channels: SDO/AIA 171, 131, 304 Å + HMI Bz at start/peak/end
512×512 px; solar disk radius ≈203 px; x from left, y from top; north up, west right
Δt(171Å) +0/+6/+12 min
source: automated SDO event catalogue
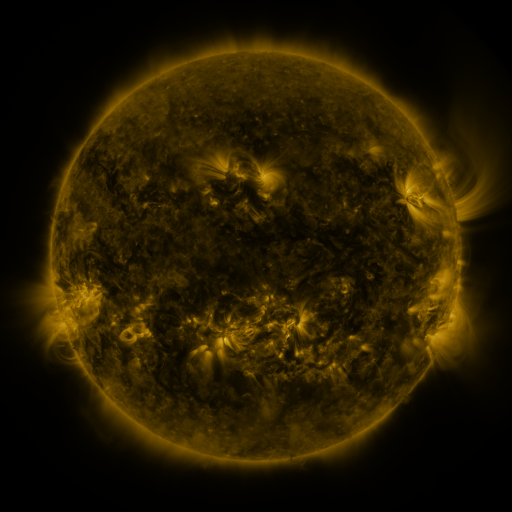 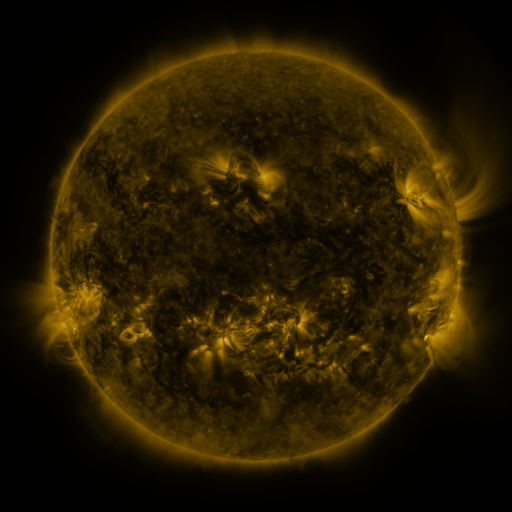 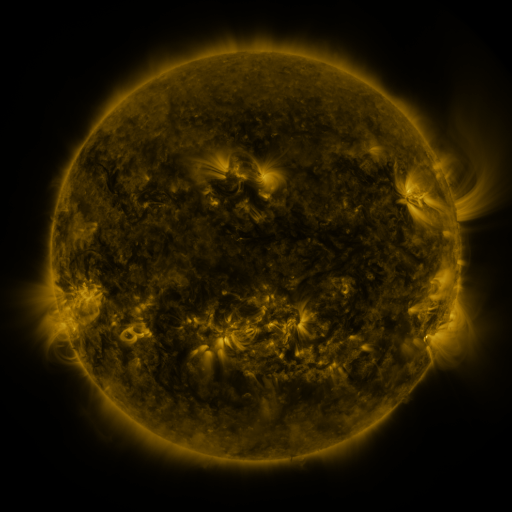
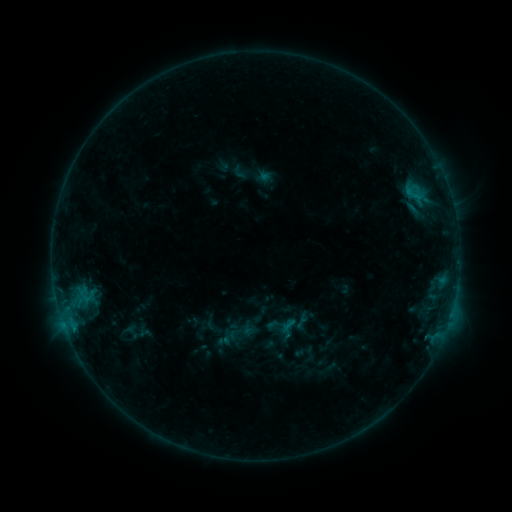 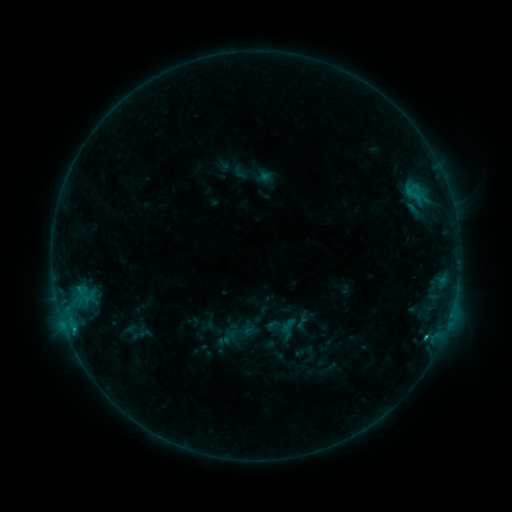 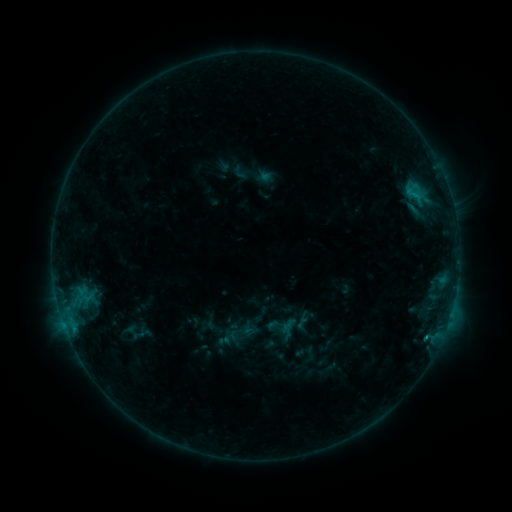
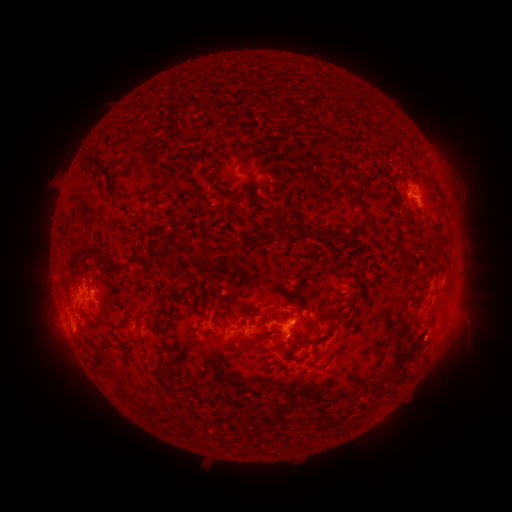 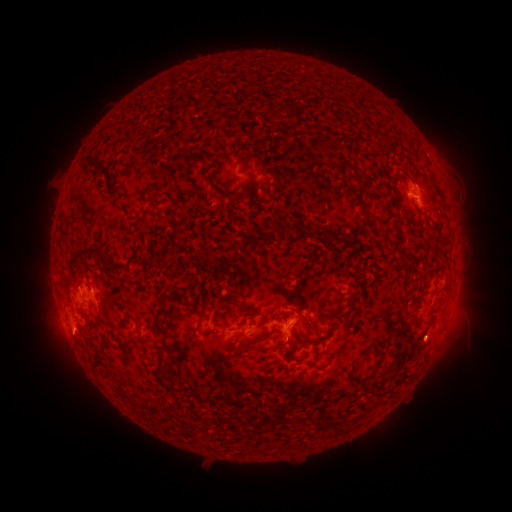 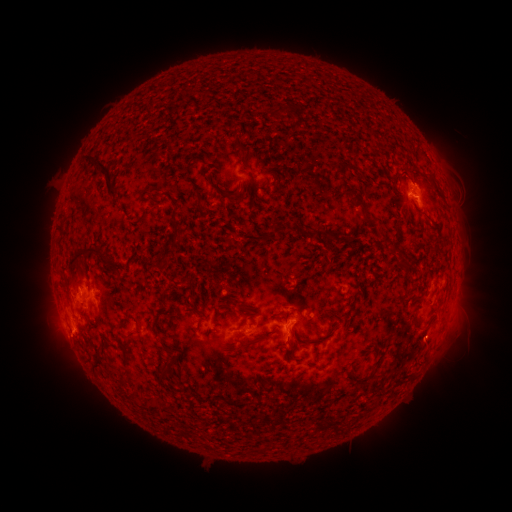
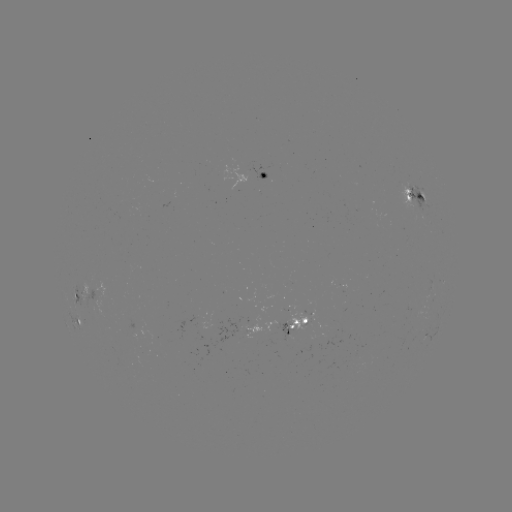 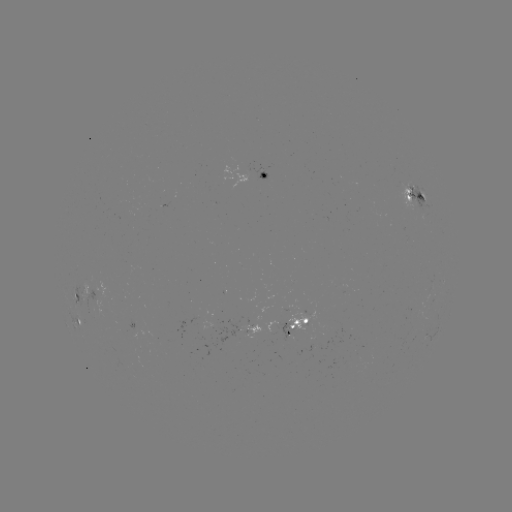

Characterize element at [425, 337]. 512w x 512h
B8.9 flare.